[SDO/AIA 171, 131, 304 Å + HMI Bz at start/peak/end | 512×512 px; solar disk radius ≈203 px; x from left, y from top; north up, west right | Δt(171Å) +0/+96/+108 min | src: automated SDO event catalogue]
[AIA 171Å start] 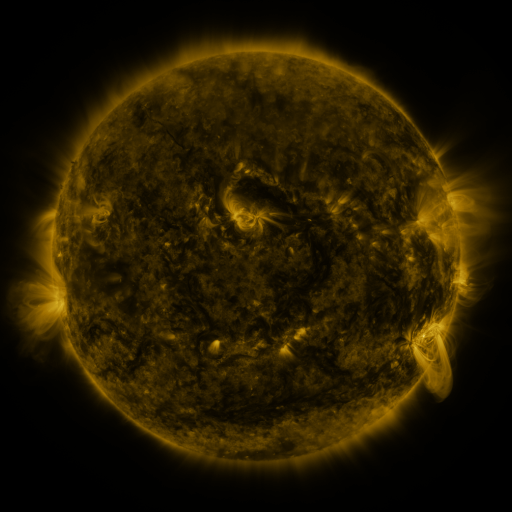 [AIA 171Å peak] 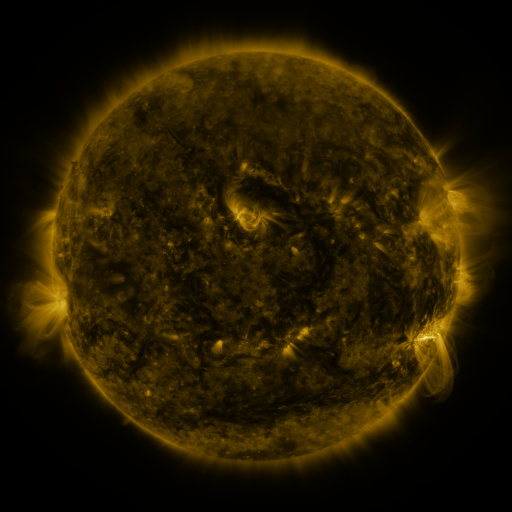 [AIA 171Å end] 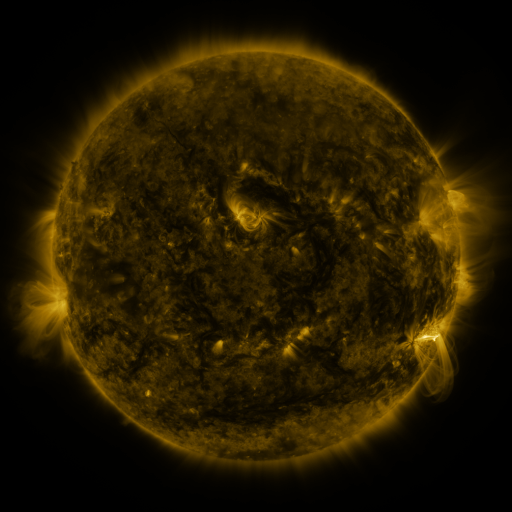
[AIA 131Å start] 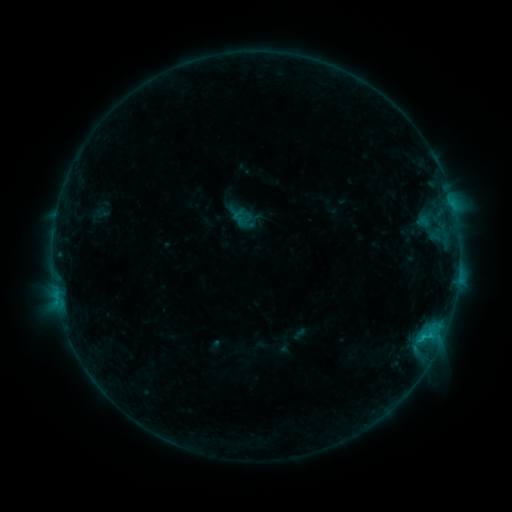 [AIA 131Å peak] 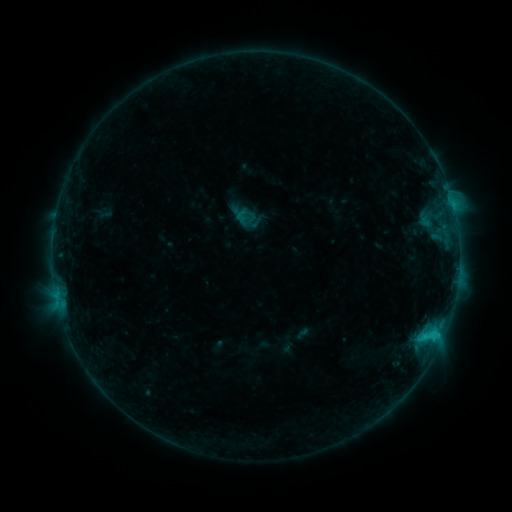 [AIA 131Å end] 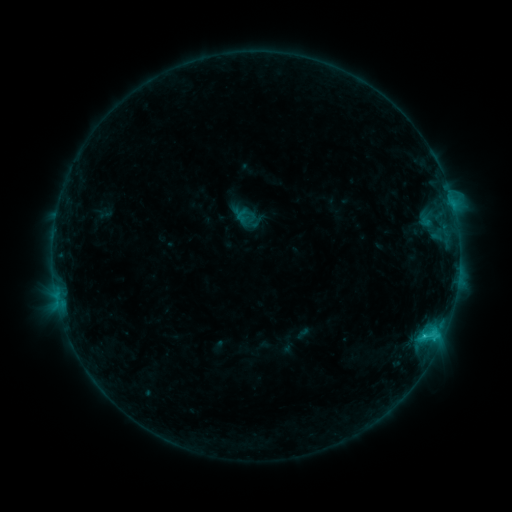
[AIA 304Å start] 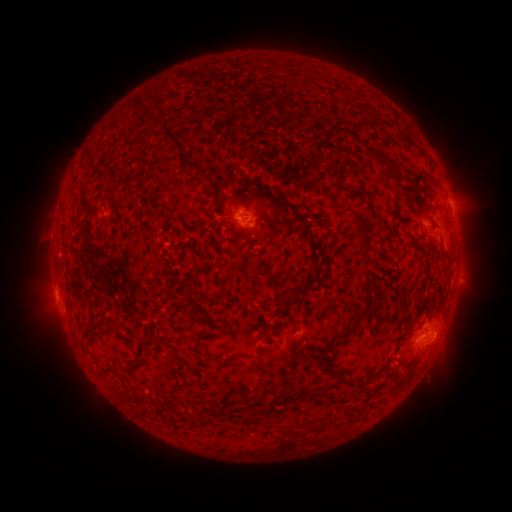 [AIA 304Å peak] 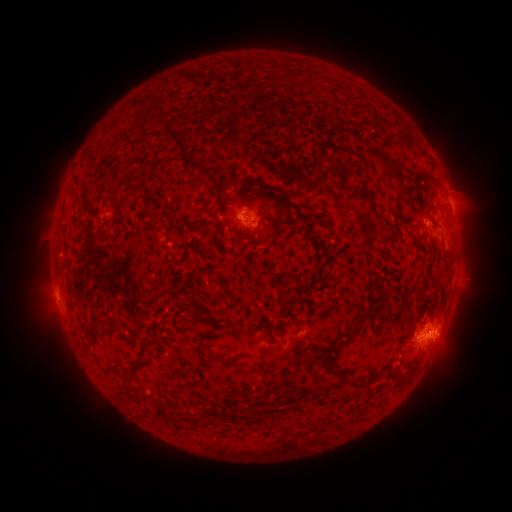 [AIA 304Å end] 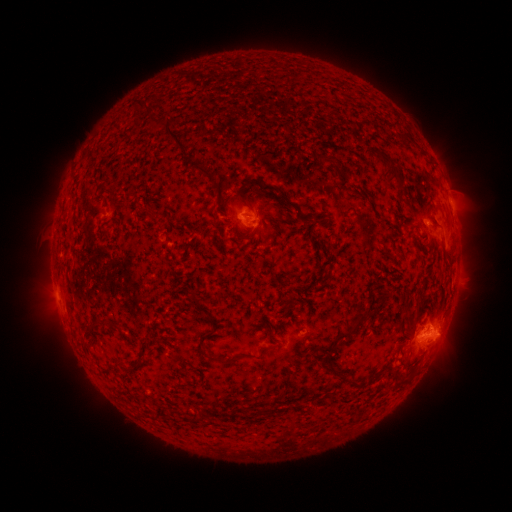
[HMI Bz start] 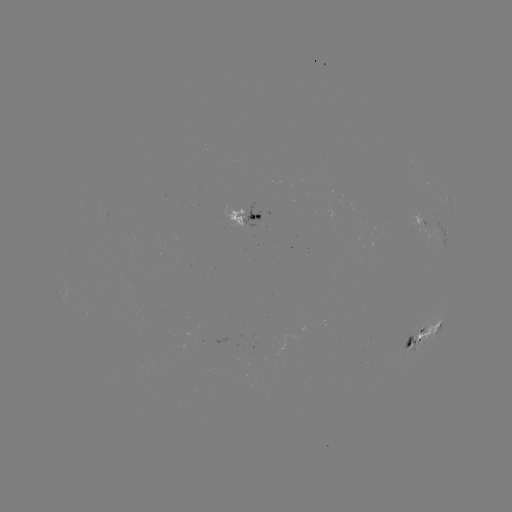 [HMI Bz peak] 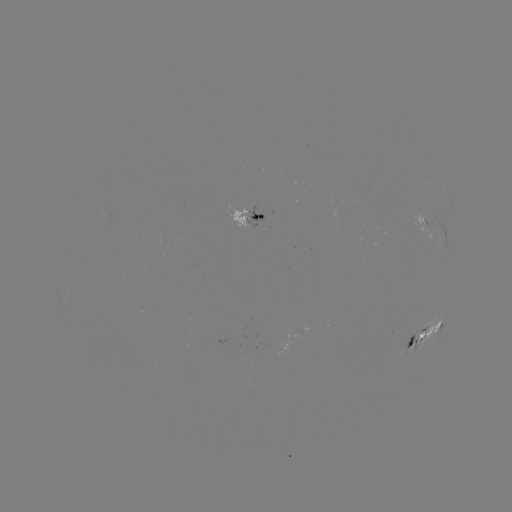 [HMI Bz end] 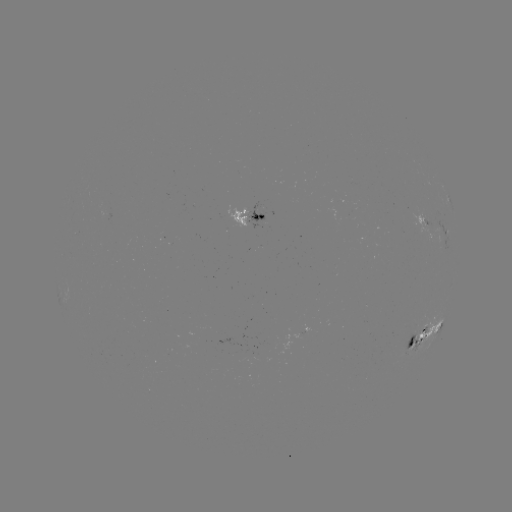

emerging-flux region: (226, 205, 249, 228)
